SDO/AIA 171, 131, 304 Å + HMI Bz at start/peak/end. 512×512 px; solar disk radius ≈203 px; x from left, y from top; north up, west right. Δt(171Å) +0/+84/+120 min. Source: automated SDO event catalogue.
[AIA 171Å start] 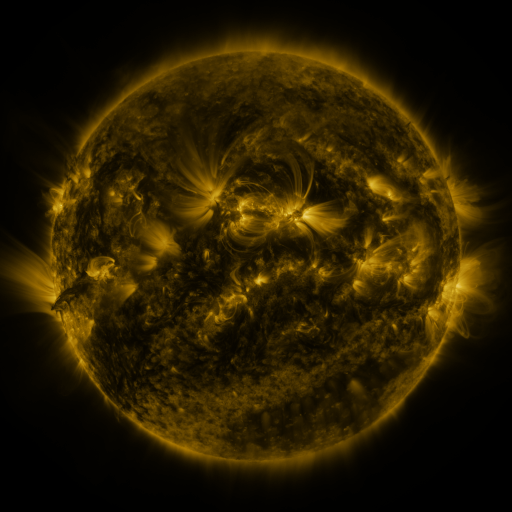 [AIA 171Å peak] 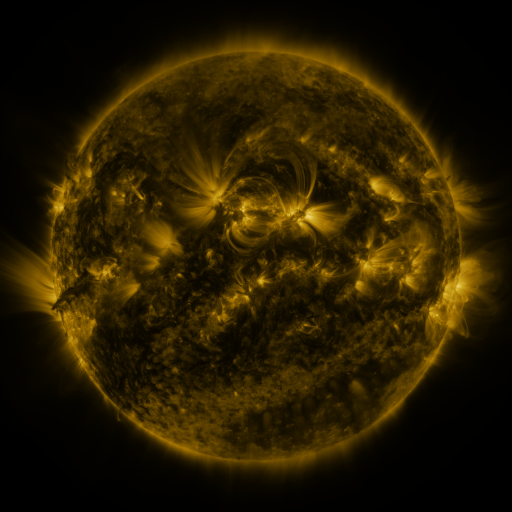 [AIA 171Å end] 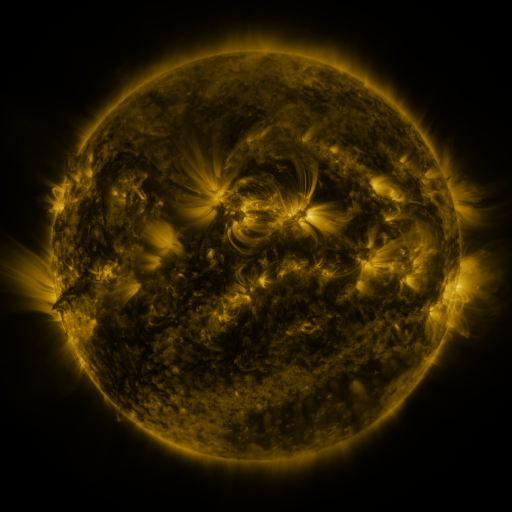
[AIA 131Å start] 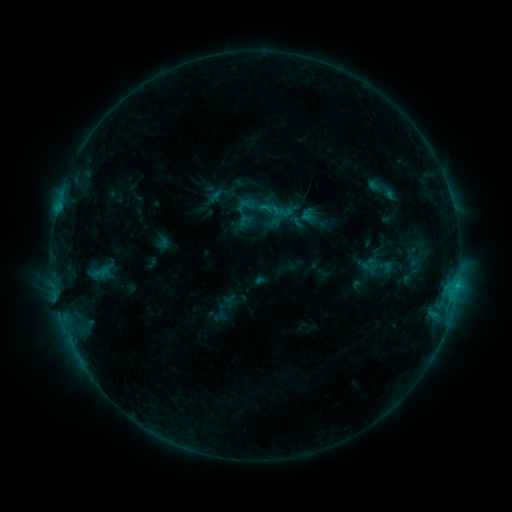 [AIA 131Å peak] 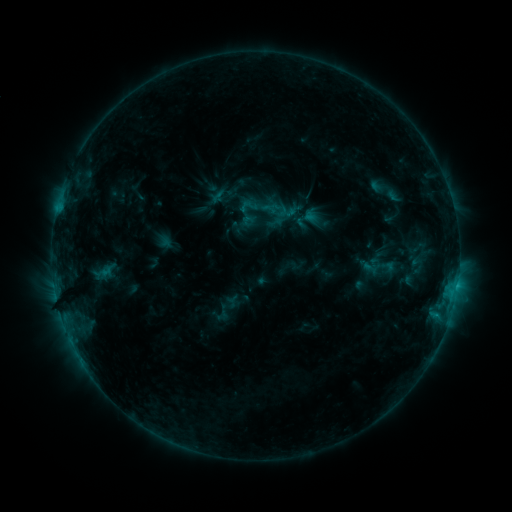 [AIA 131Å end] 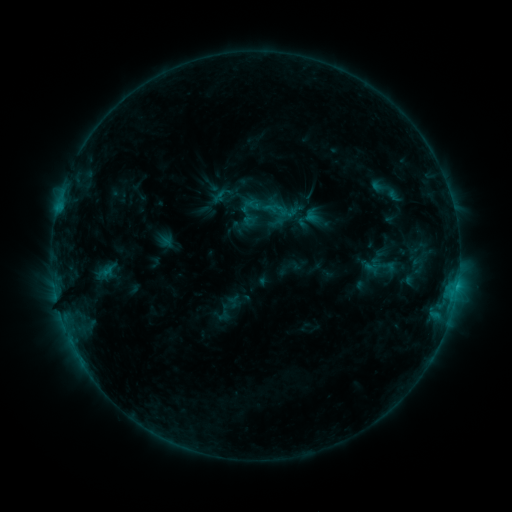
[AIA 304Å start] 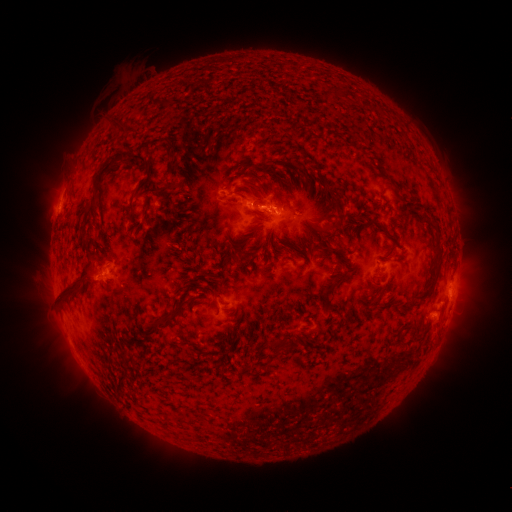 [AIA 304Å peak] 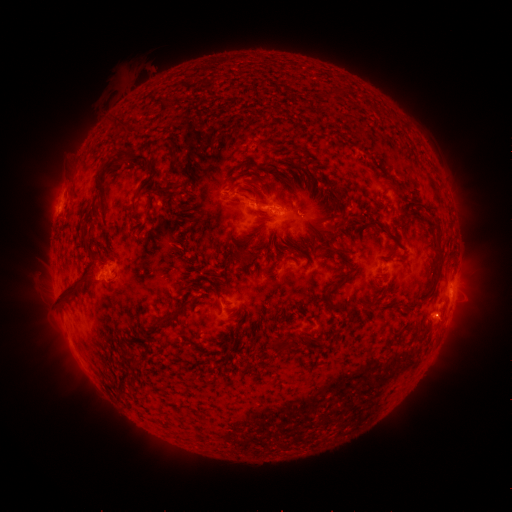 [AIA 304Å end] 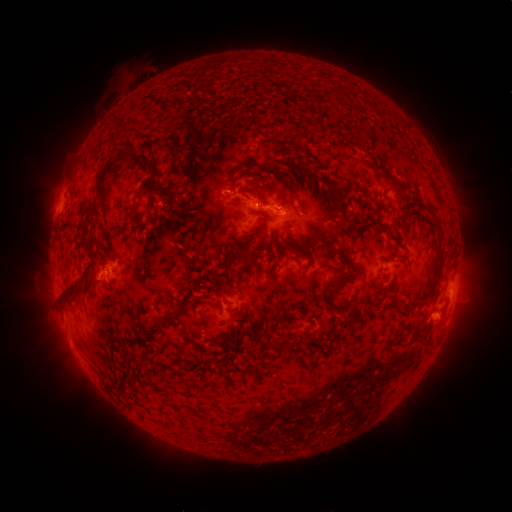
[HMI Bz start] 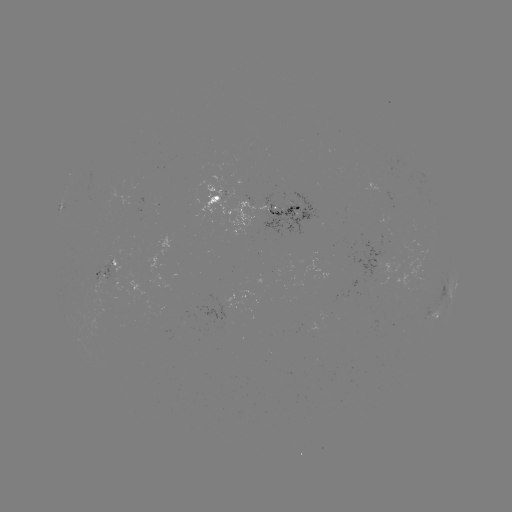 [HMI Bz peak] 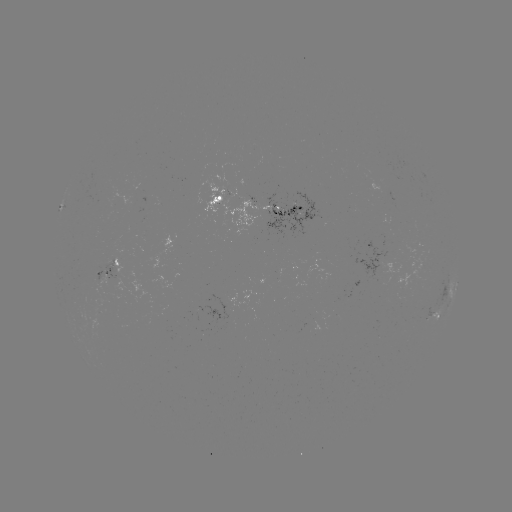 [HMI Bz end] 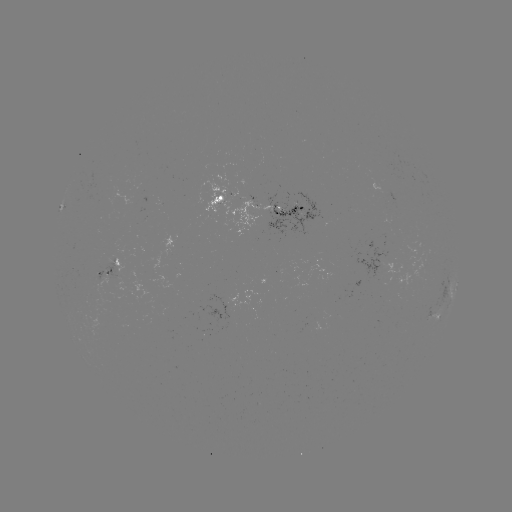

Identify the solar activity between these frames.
emerging-flux region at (206, 311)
